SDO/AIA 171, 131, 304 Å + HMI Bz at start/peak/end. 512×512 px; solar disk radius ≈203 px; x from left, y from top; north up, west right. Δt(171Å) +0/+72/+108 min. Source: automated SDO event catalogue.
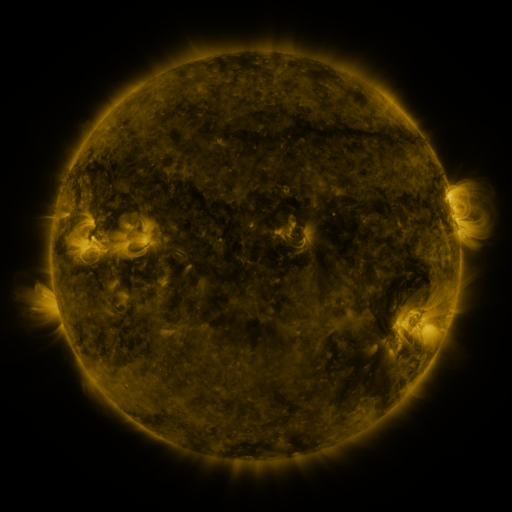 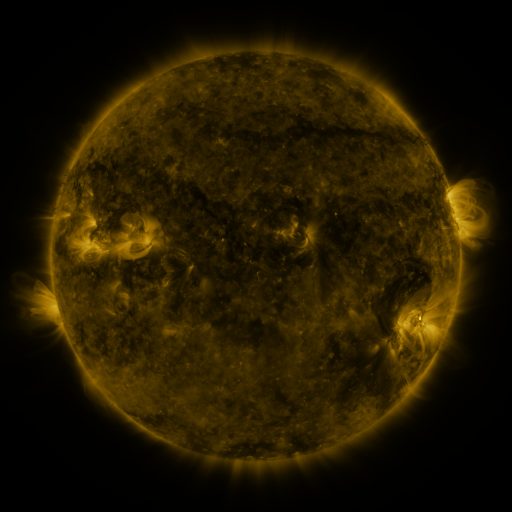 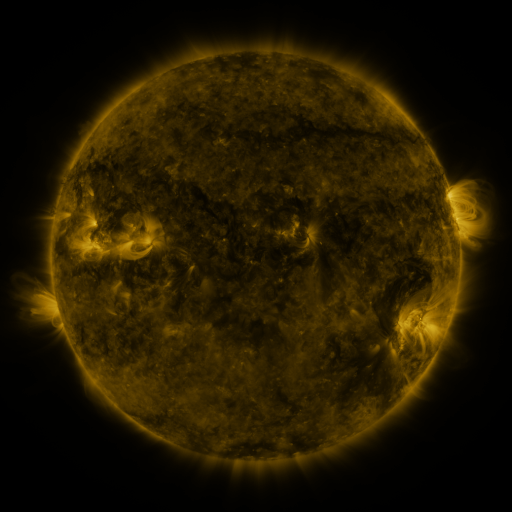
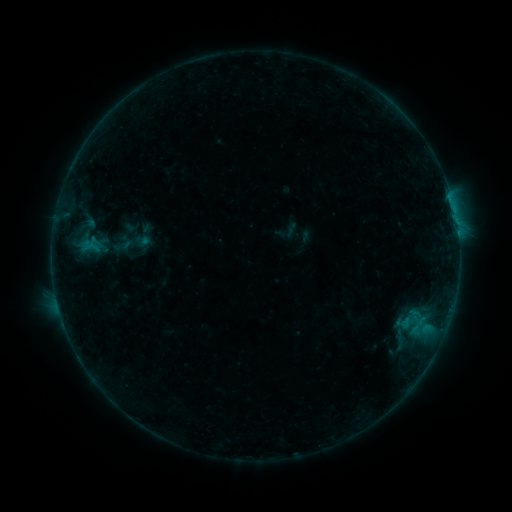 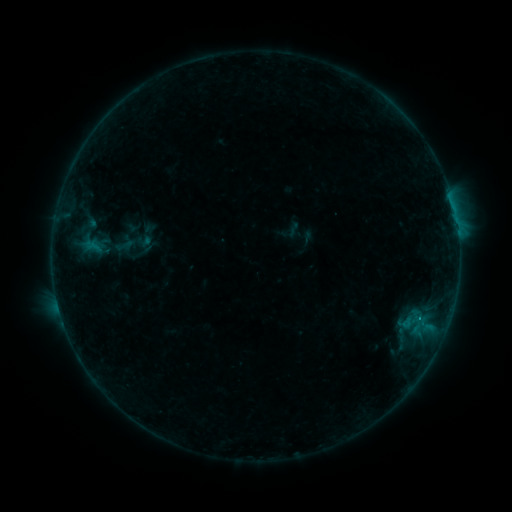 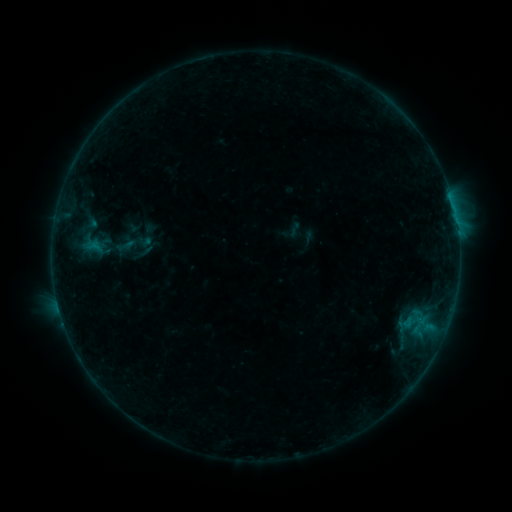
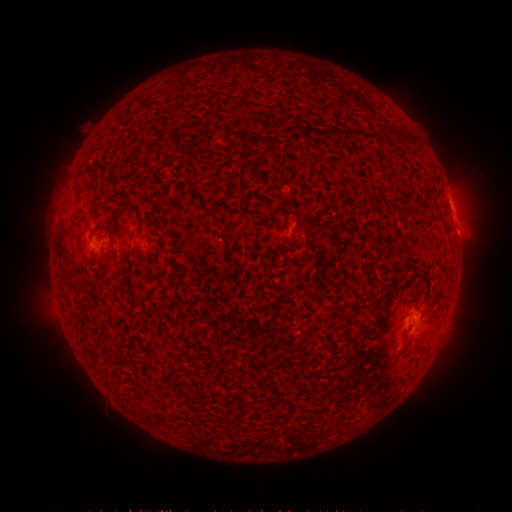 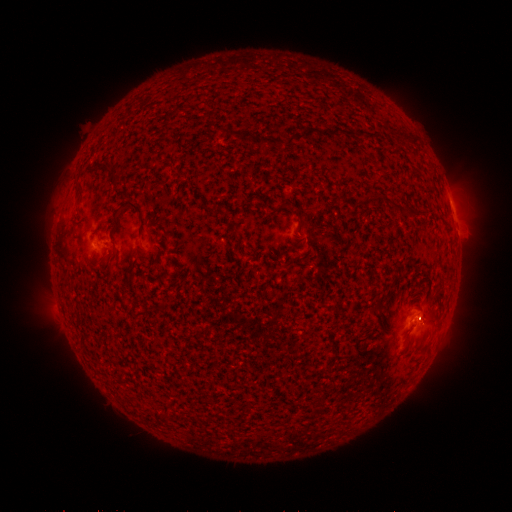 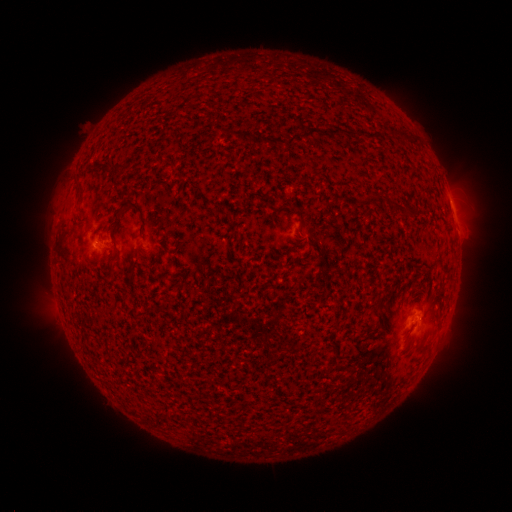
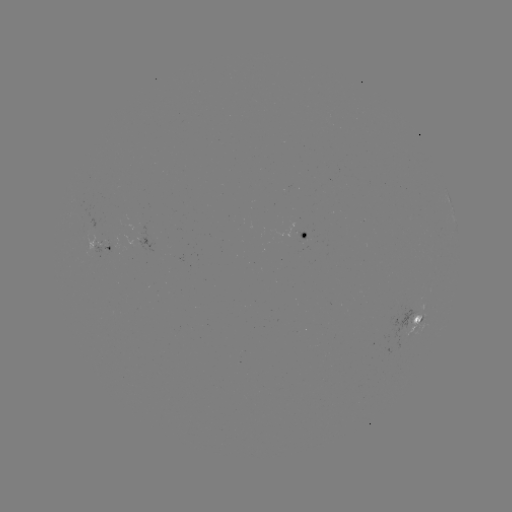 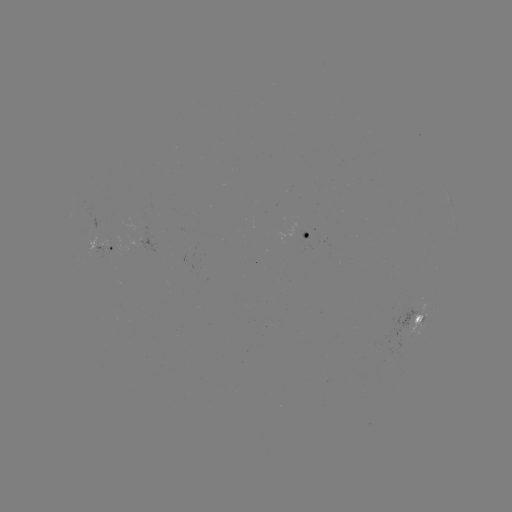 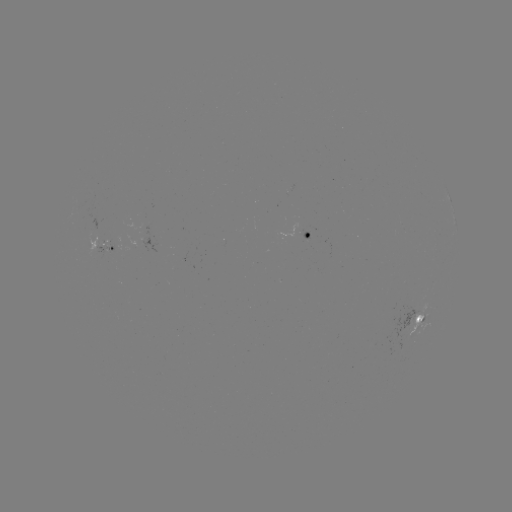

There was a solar emerging-flux region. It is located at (301, 234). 